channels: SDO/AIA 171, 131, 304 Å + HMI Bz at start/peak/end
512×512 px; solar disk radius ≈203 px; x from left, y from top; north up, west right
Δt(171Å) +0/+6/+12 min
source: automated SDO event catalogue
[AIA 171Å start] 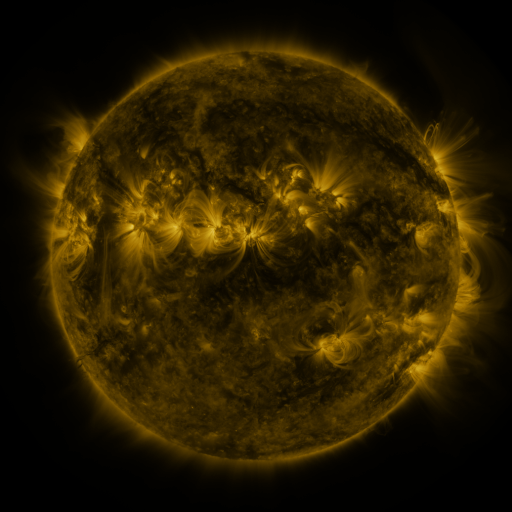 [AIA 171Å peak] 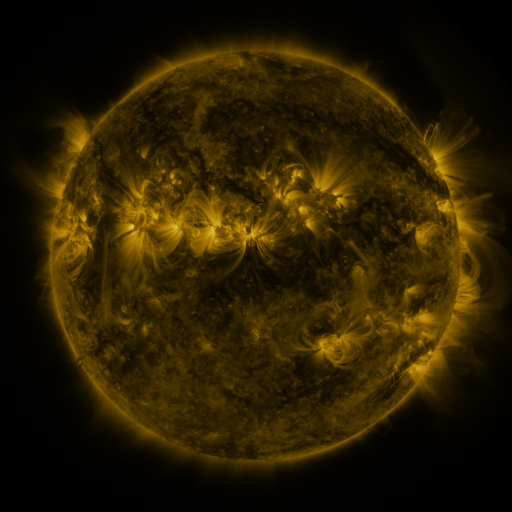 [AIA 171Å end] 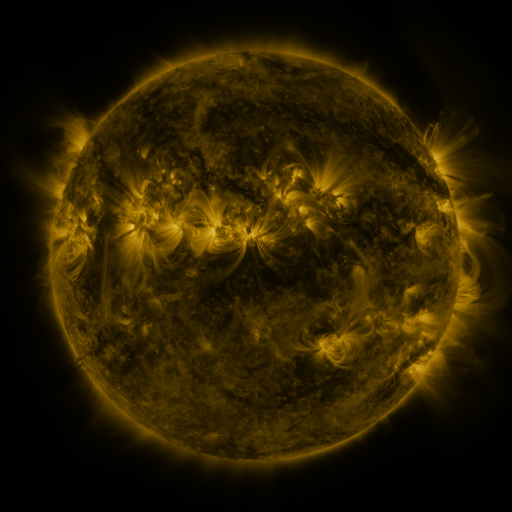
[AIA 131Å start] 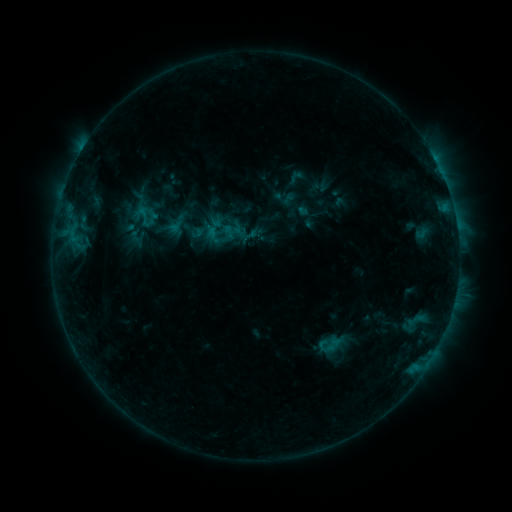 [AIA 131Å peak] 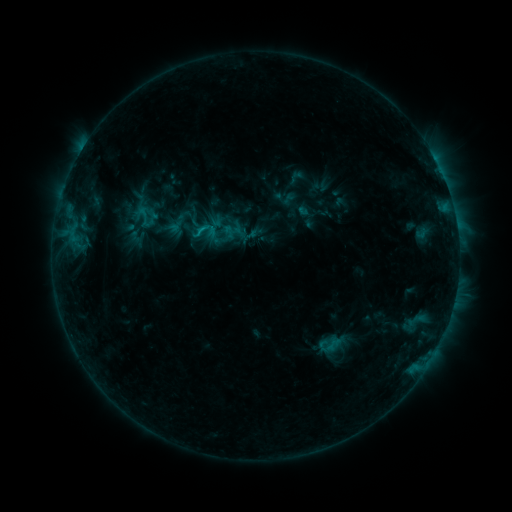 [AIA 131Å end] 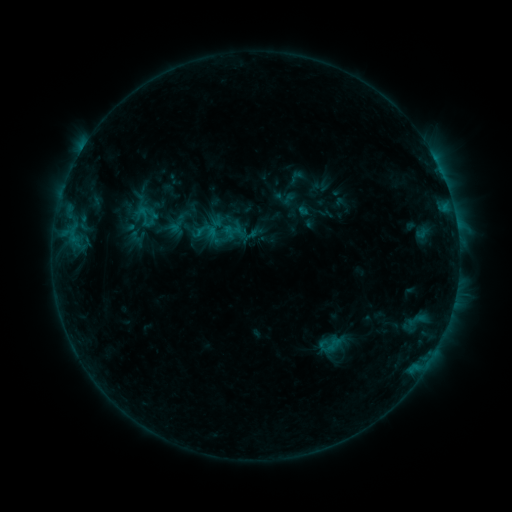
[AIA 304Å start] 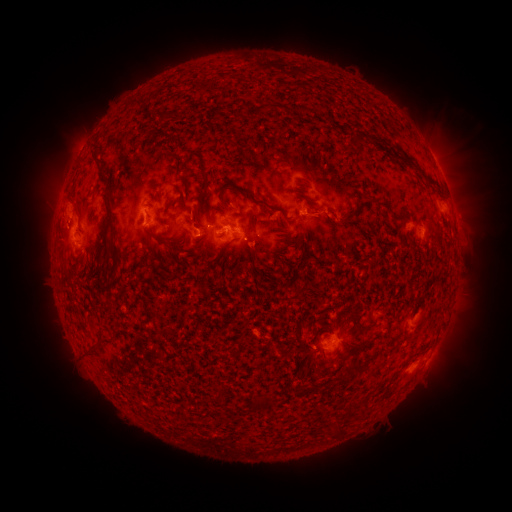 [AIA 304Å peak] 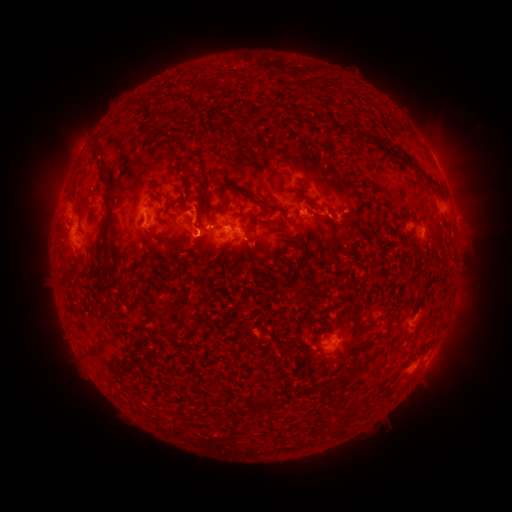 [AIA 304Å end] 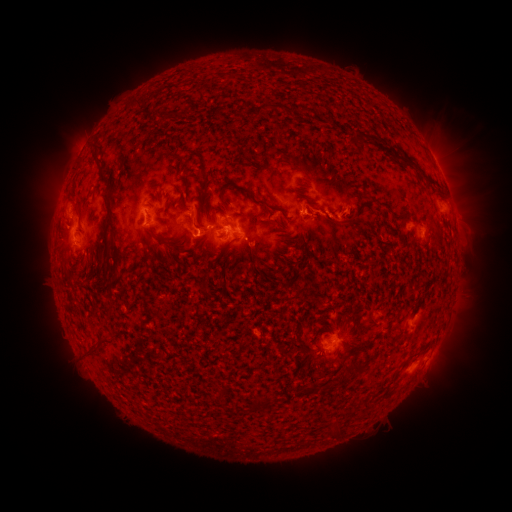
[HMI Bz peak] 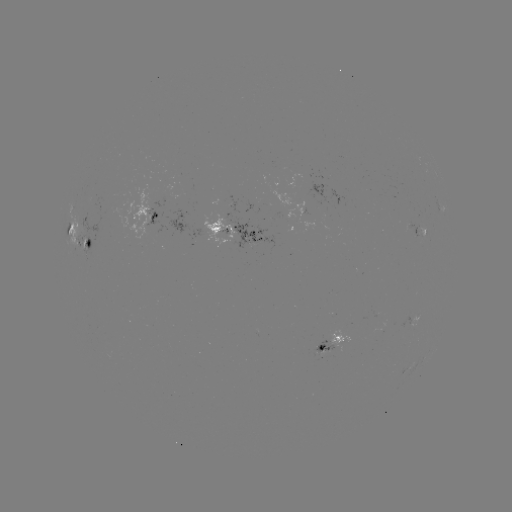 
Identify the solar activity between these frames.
eruption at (196, 214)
